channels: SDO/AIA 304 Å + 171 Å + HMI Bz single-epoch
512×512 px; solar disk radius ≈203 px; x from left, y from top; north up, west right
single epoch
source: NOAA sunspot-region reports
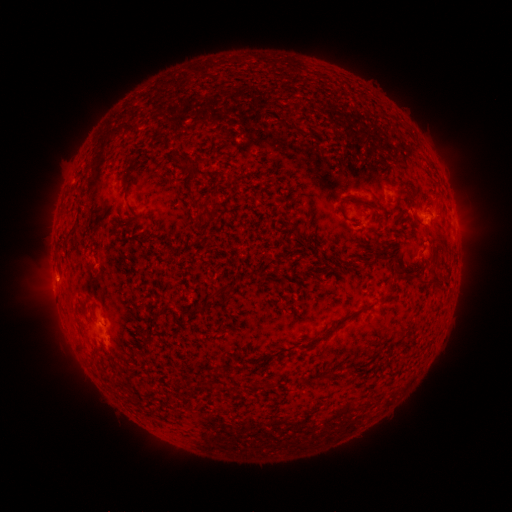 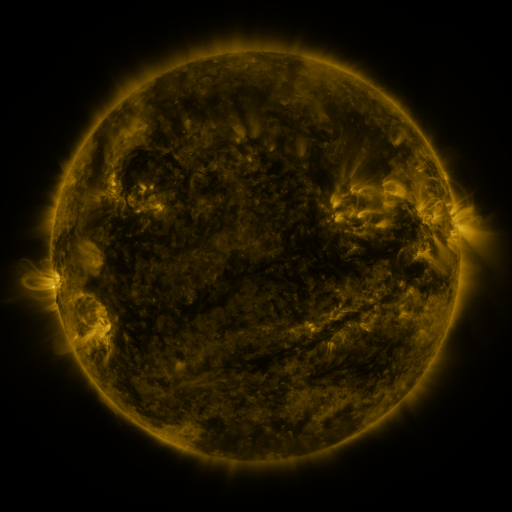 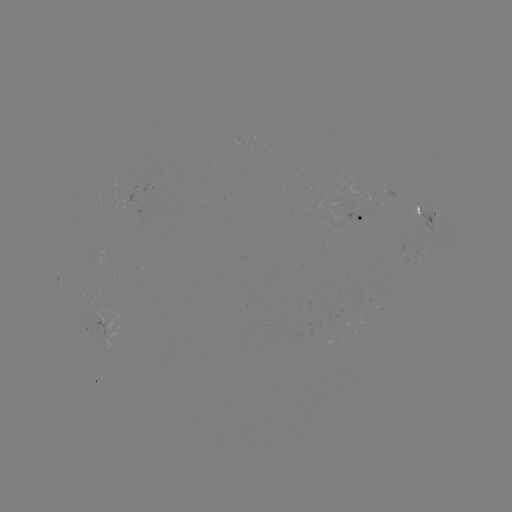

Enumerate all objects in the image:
spotted active region: (428, 215)
spotted active region: (363, 220)
